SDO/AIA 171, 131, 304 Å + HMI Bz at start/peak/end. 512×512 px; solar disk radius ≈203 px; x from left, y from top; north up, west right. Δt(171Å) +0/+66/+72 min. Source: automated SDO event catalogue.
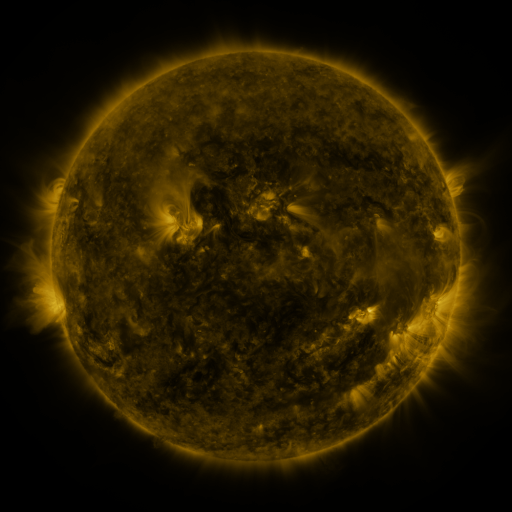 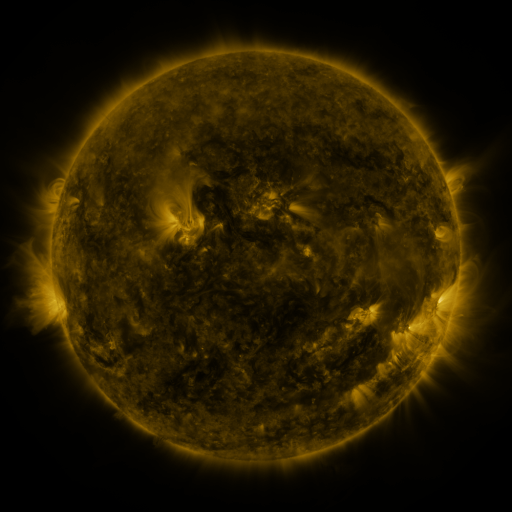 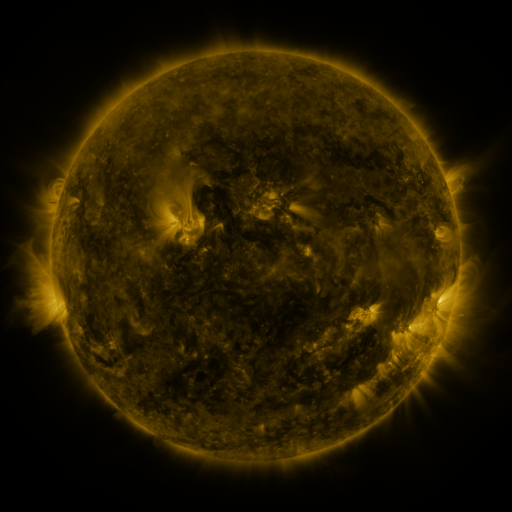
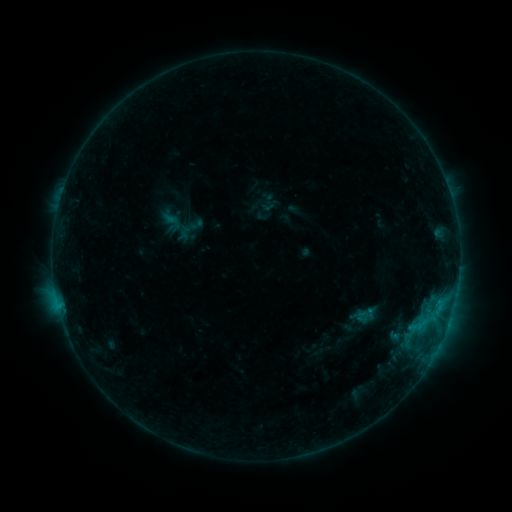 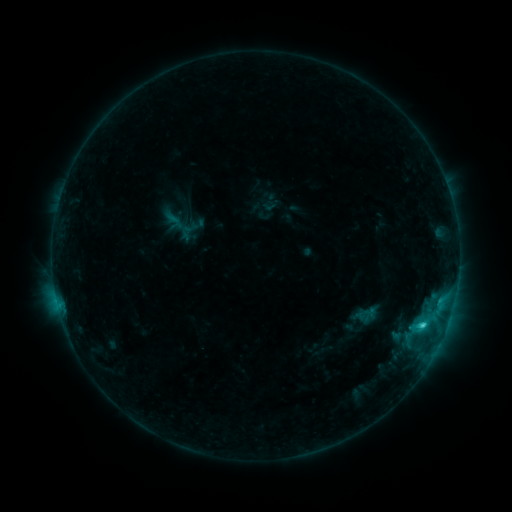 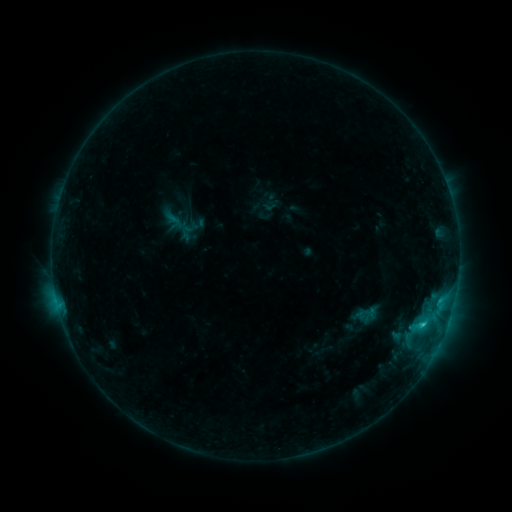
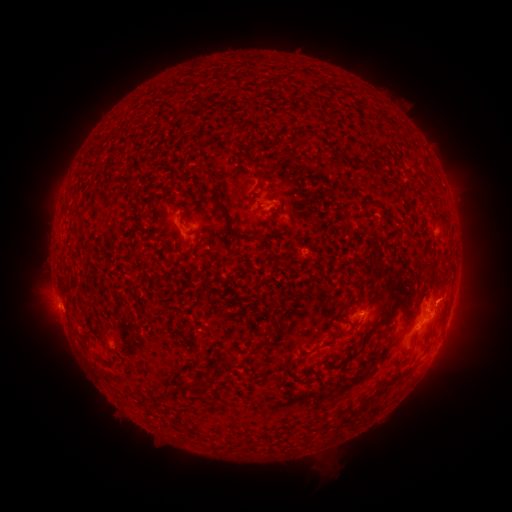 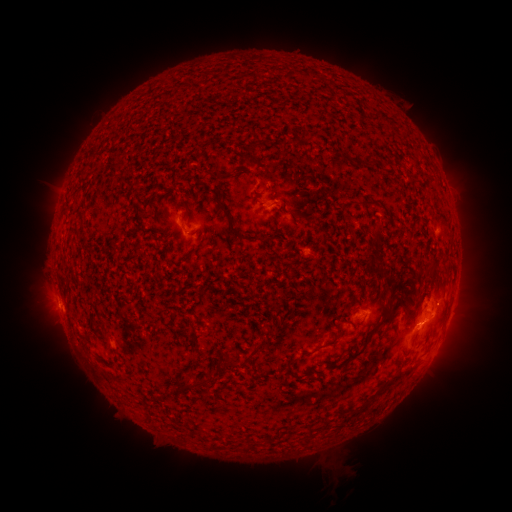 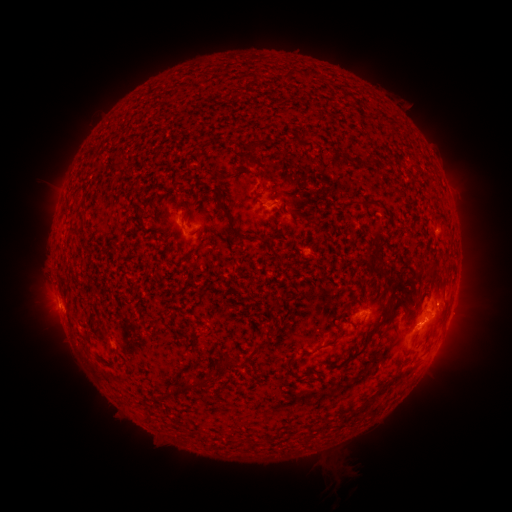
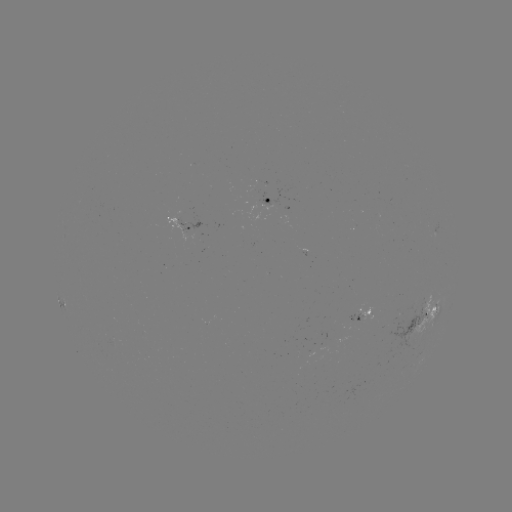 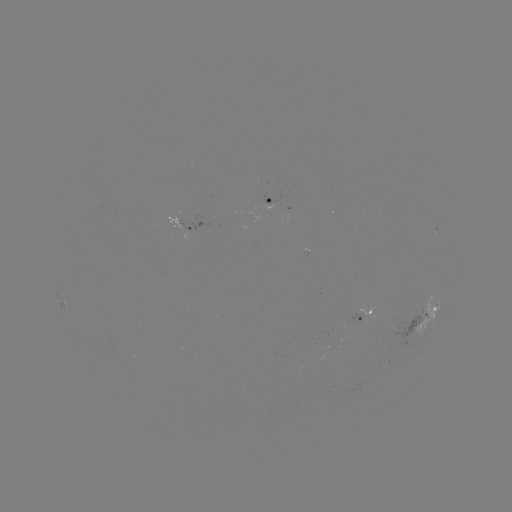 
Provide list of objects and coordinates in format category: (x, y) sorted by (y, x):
C1.9 flare: (421, 324)
